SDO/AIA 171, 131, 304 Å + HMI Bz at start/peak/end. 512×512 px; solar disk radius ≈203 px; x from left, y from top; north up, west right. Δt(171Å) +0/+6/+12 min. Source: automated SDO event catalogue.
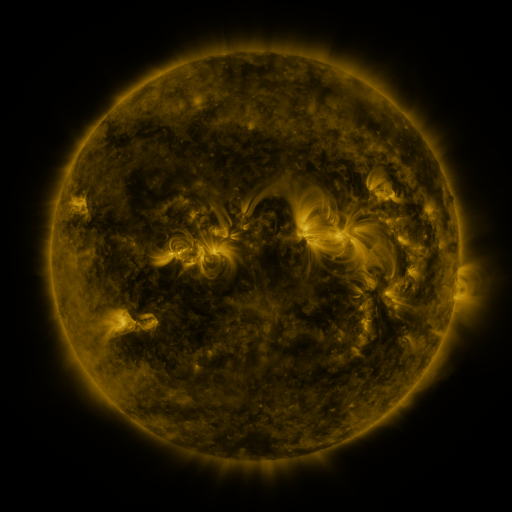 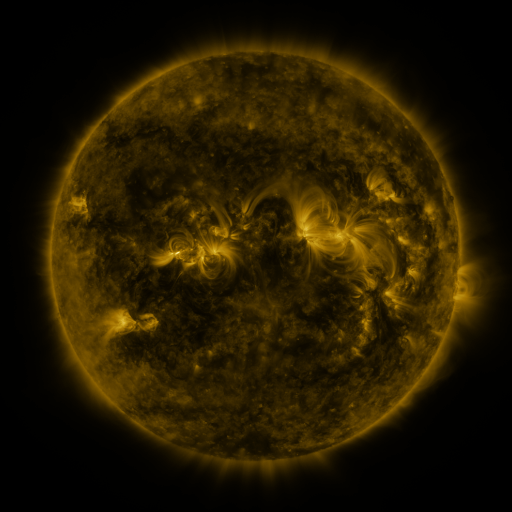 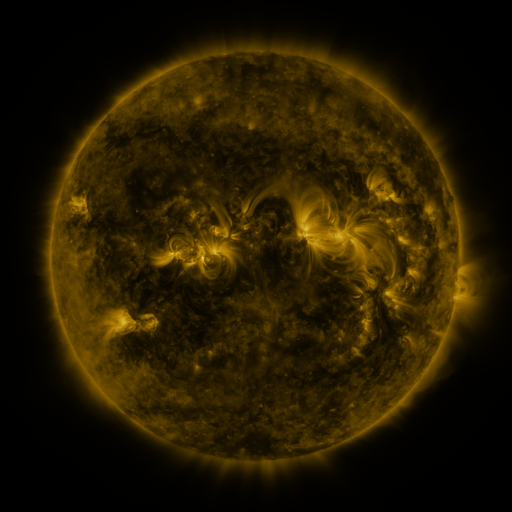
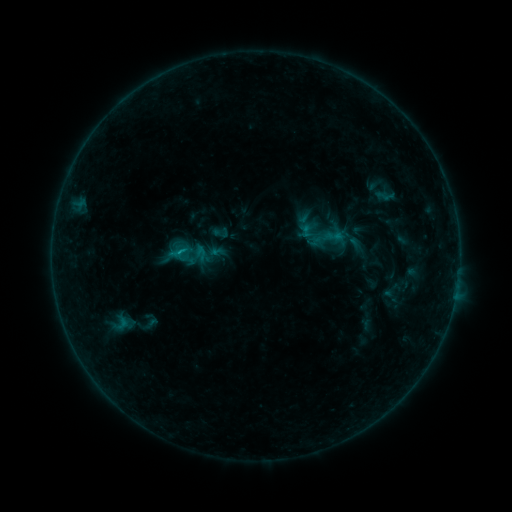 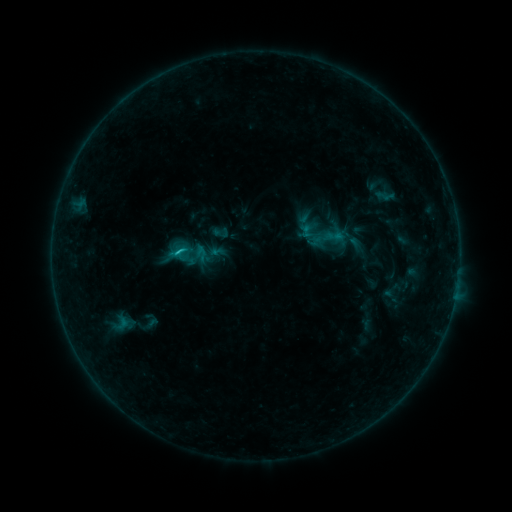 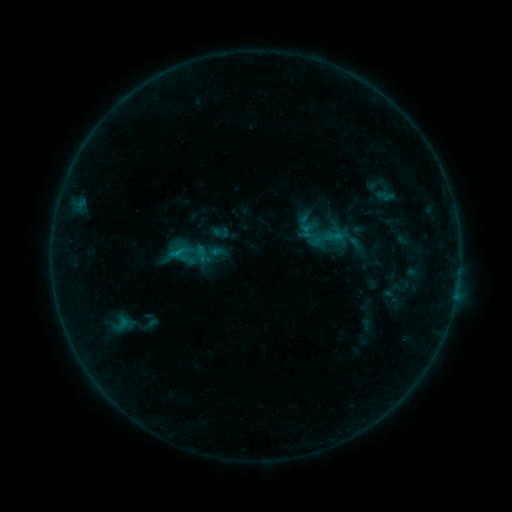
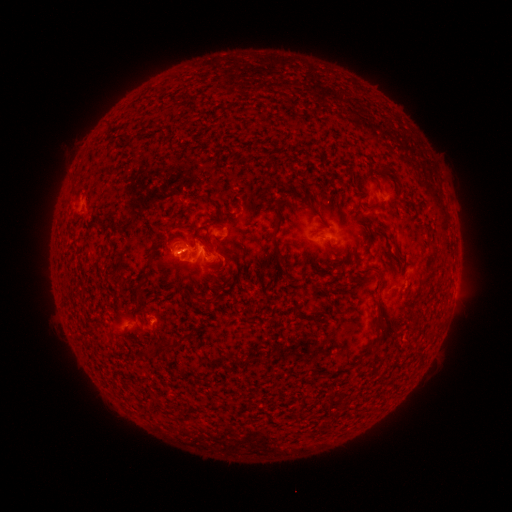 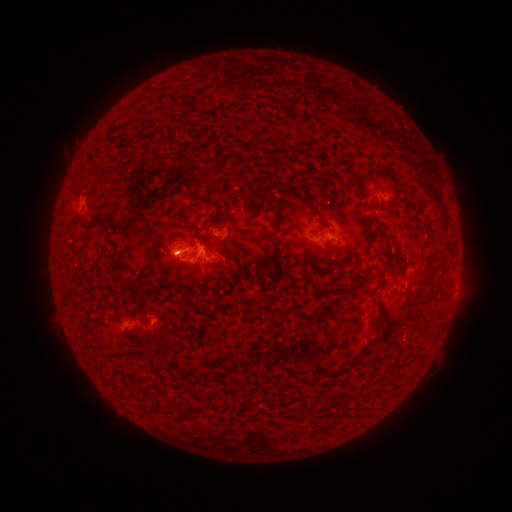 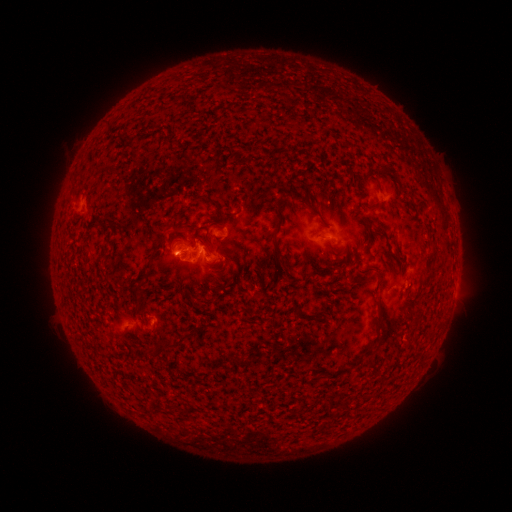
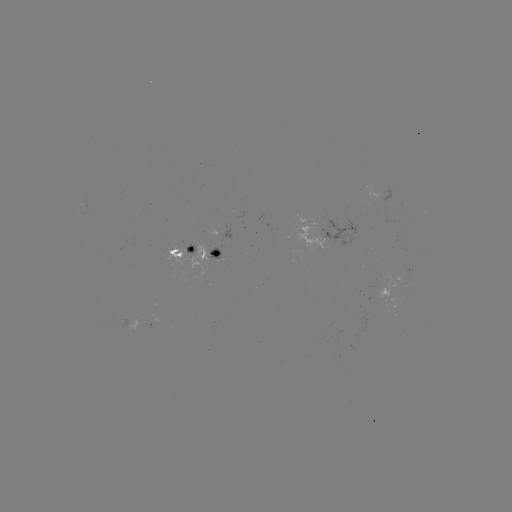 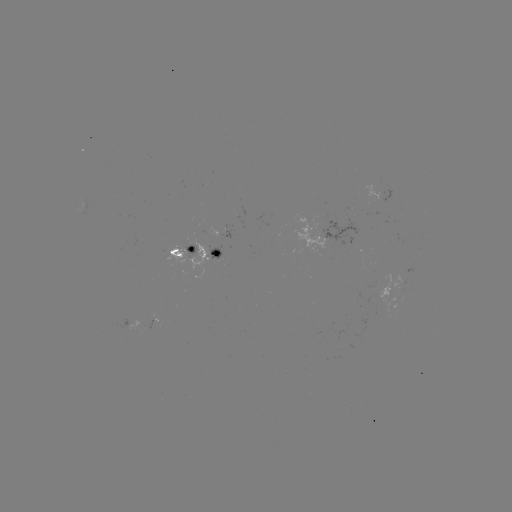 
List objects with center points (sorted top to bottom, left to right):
B6.9 flare: (179, 253)
